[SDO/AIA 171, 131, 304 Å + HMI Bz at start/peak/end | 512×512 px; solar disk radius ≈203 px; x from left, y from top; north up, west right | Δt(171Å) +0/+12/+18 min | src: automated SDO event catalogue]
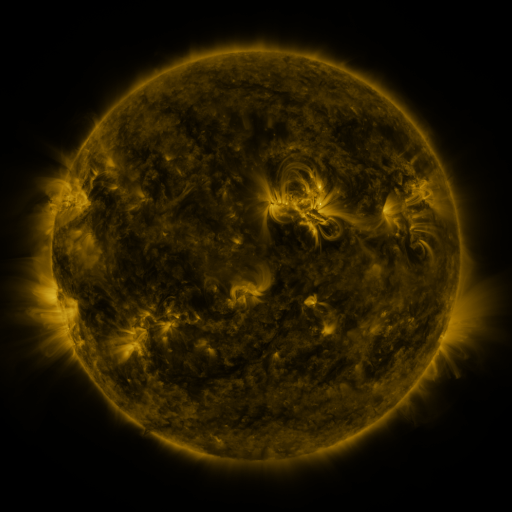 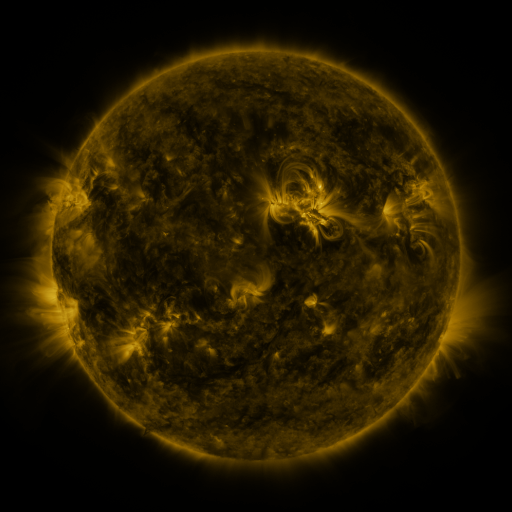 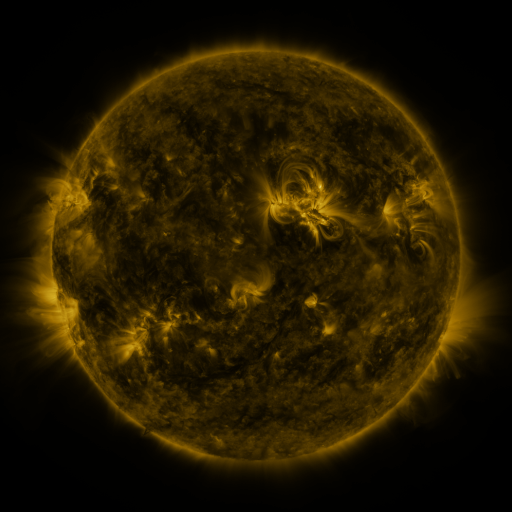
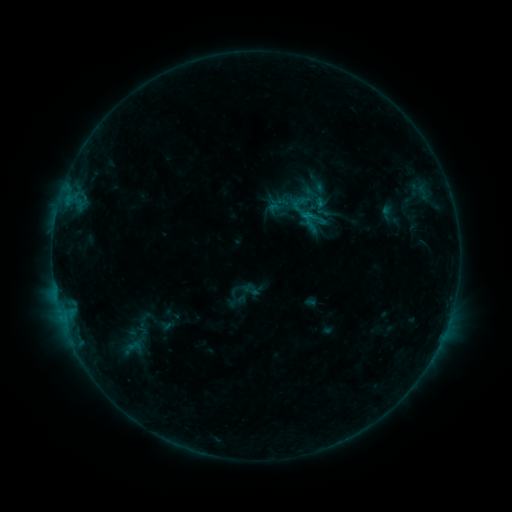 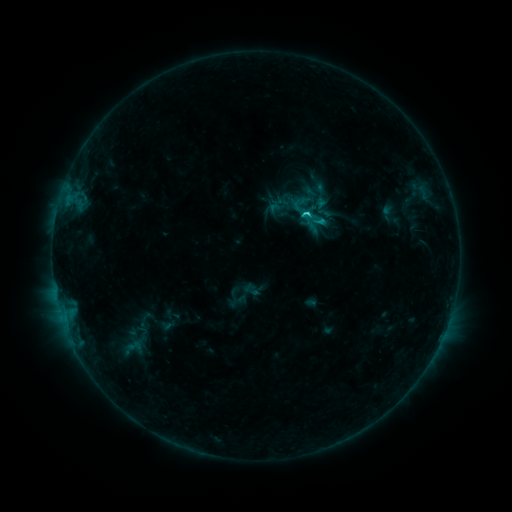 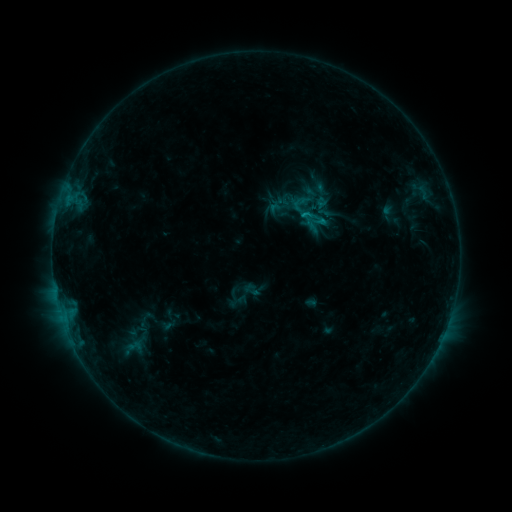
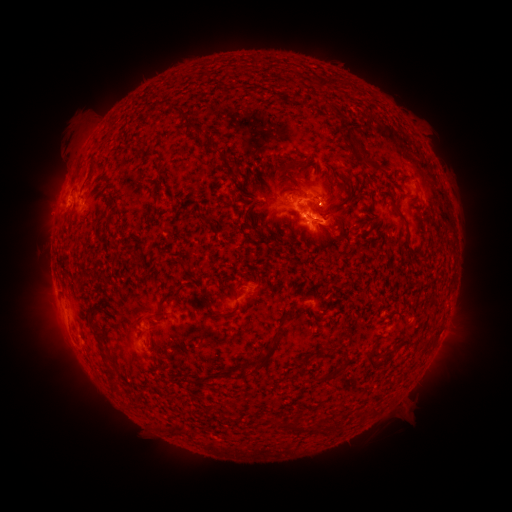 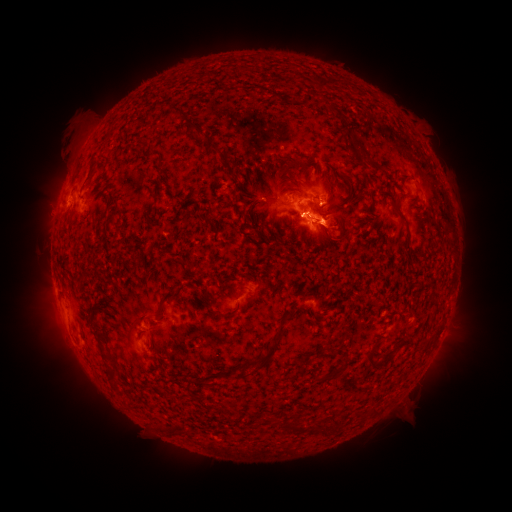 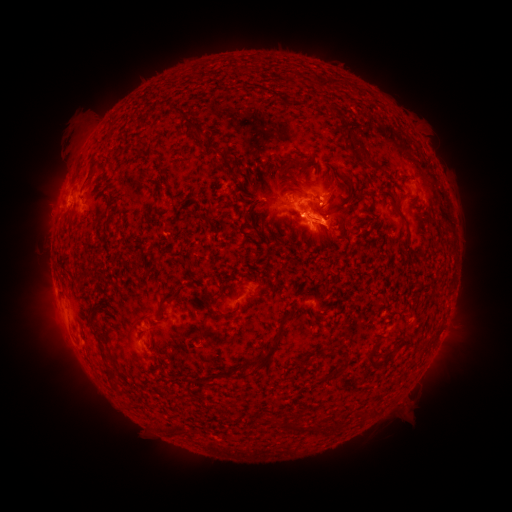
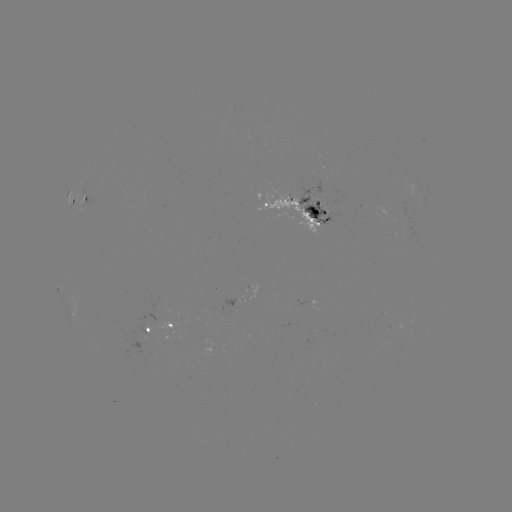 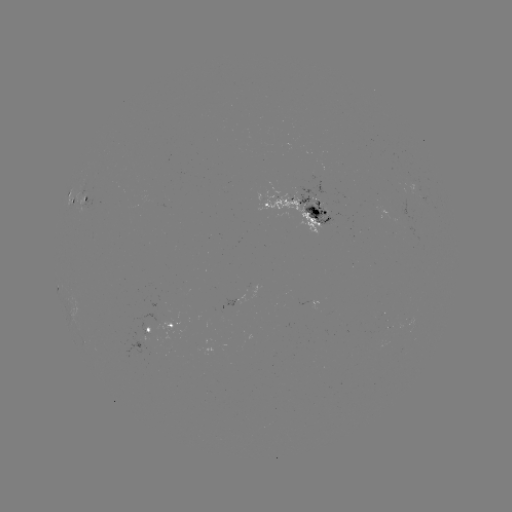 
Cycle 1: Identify C1.4 flare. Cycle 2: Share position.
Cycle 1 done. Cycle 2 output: [318, 224].